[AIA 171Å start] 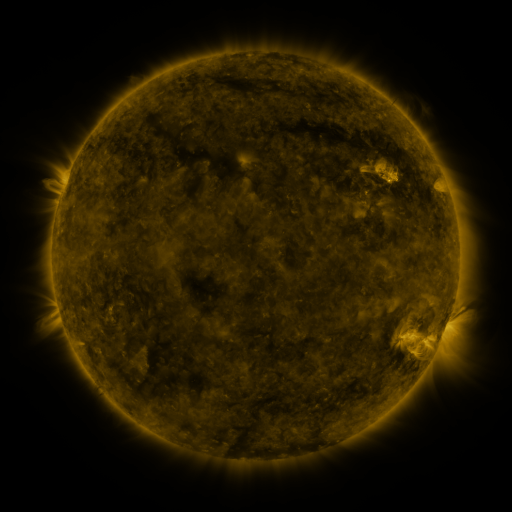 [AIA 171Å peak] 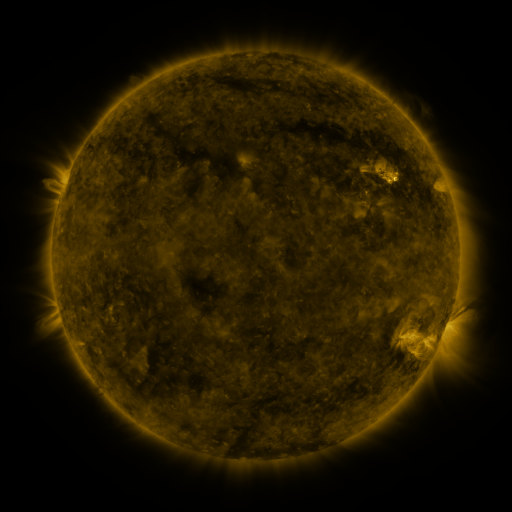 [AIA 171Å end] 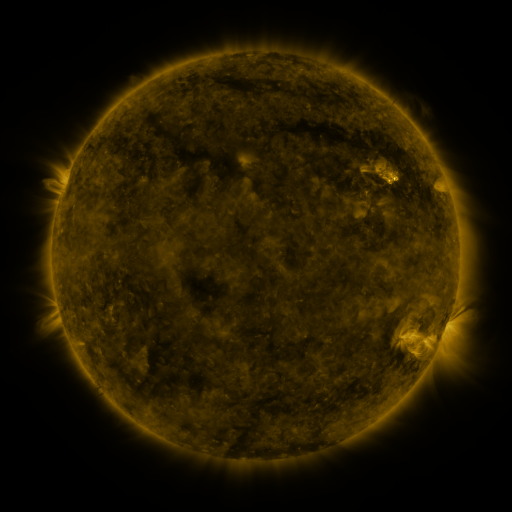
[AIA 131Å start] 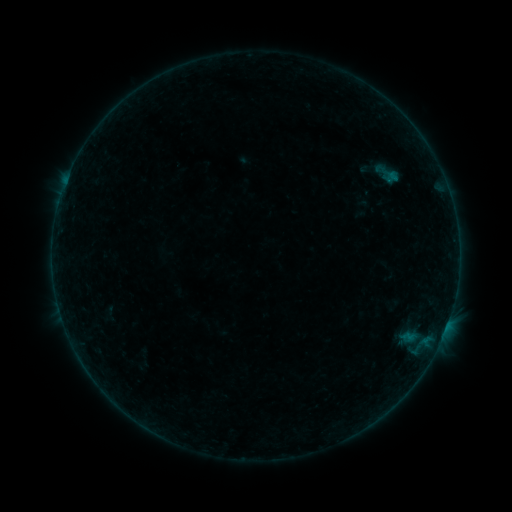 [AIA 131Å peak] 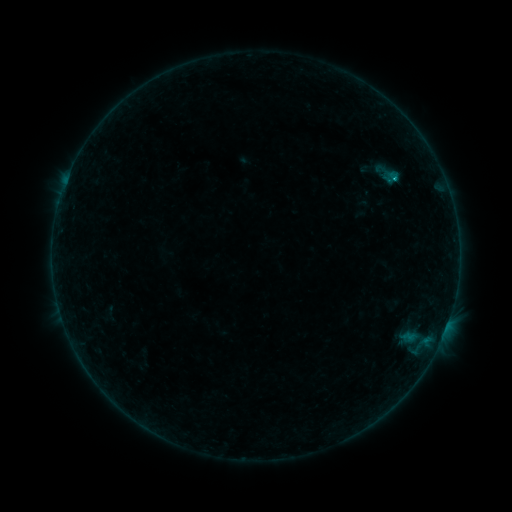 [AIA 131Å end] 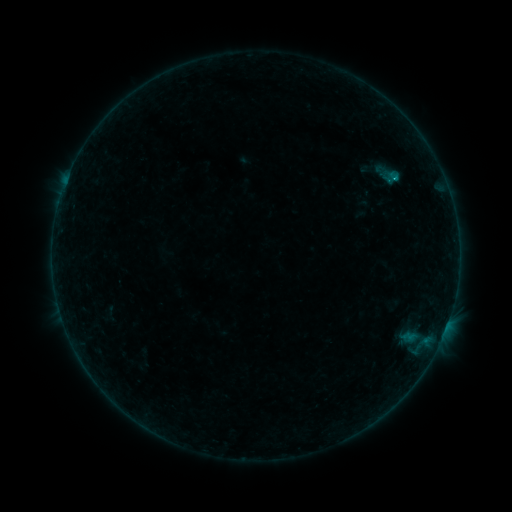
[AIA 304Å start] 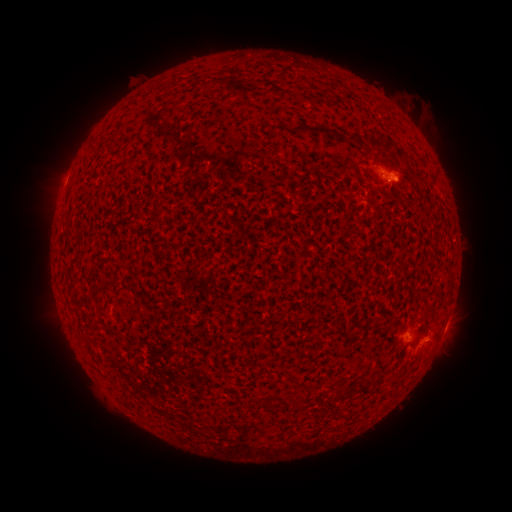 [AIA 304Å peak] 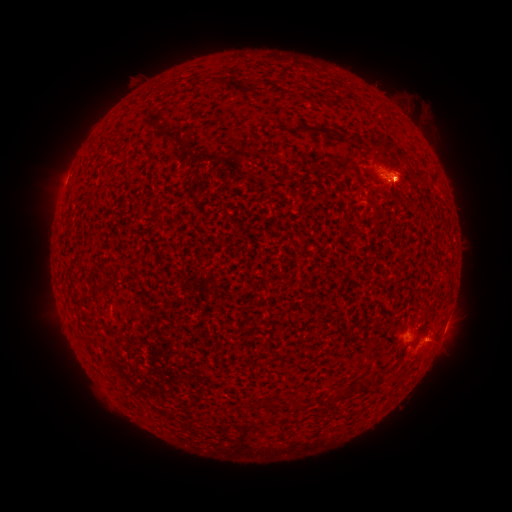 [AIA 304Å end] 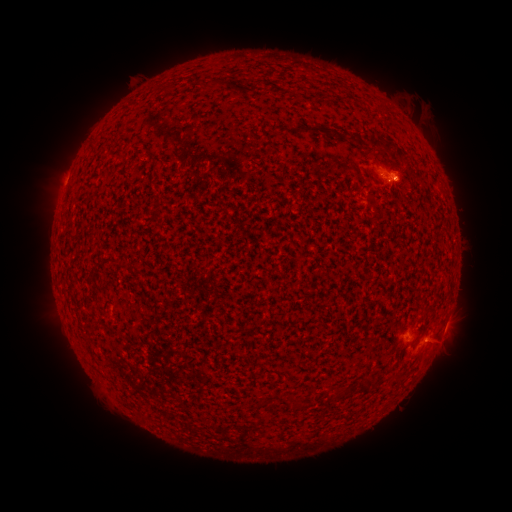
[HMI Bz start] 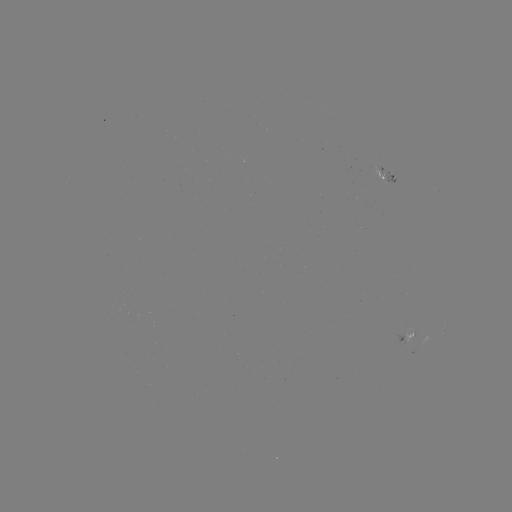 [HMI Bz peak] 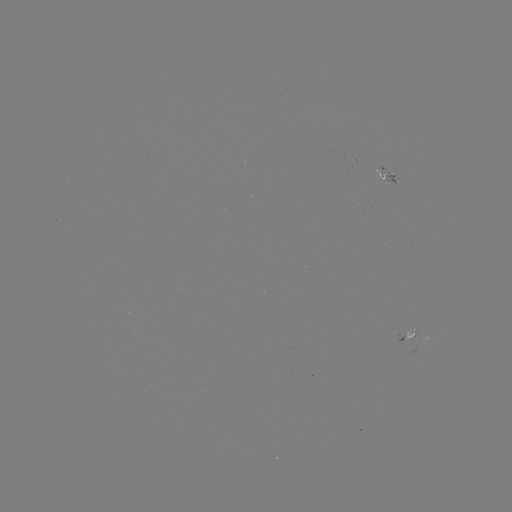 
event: flare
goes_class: B6.3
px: (394, 181)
